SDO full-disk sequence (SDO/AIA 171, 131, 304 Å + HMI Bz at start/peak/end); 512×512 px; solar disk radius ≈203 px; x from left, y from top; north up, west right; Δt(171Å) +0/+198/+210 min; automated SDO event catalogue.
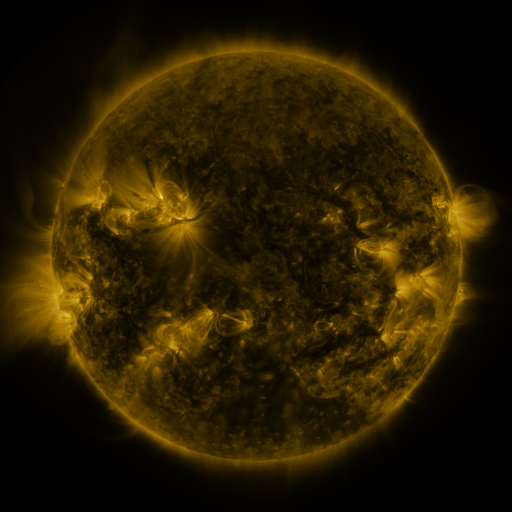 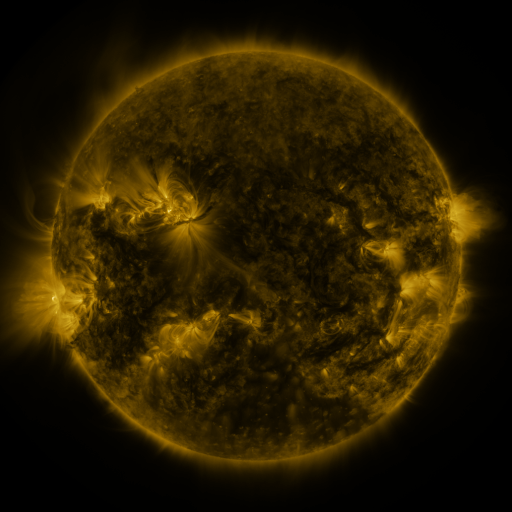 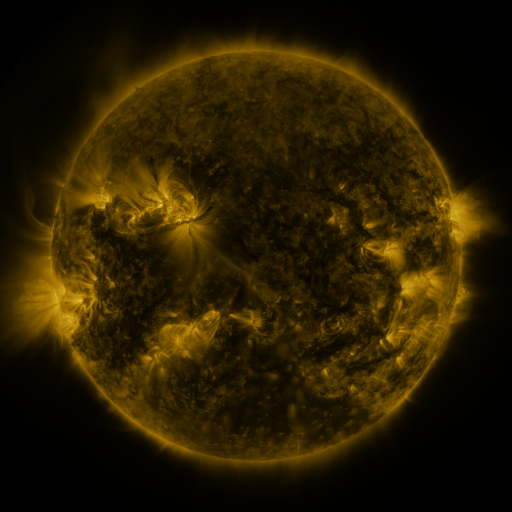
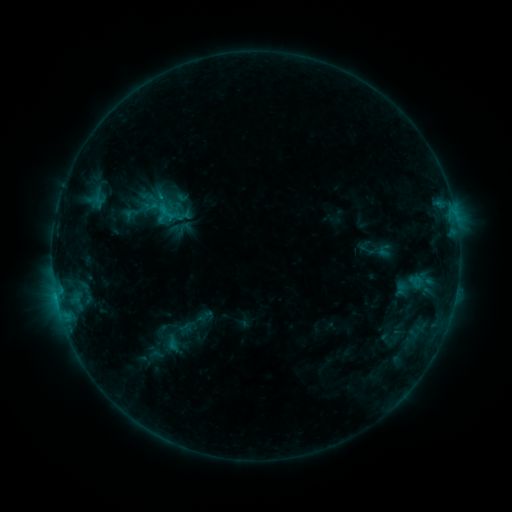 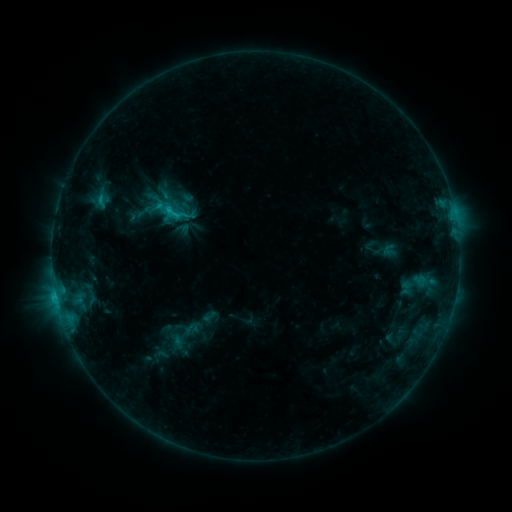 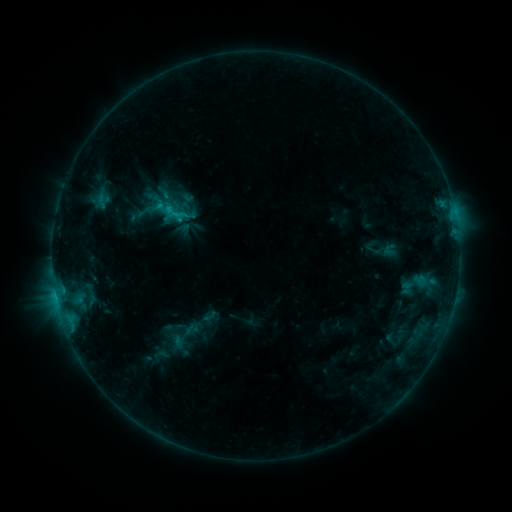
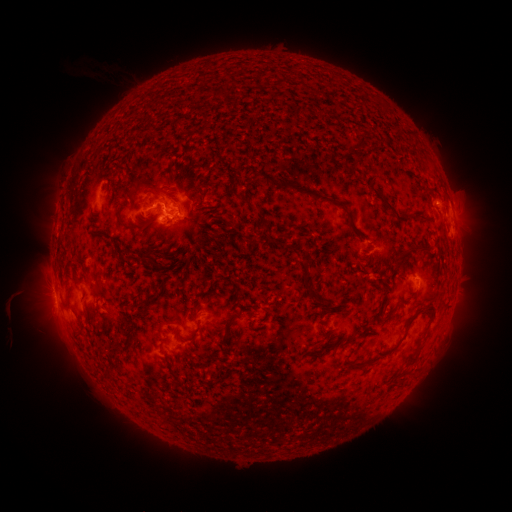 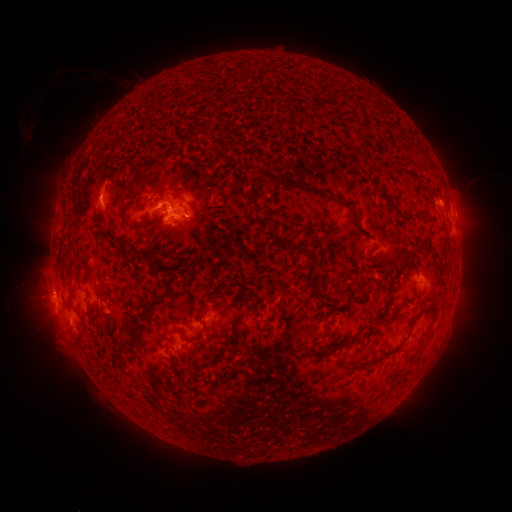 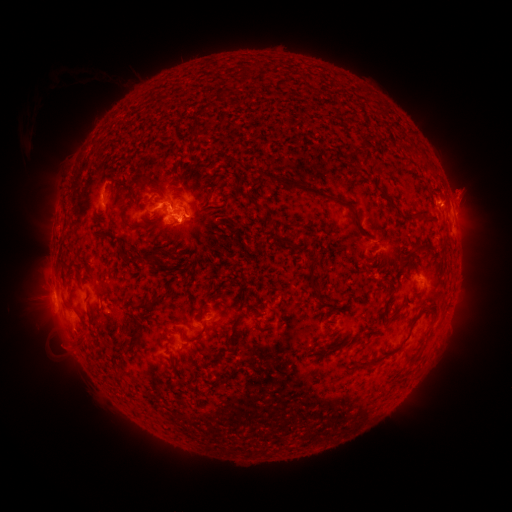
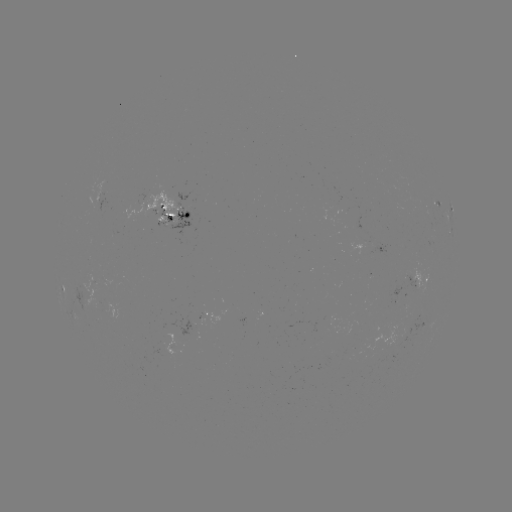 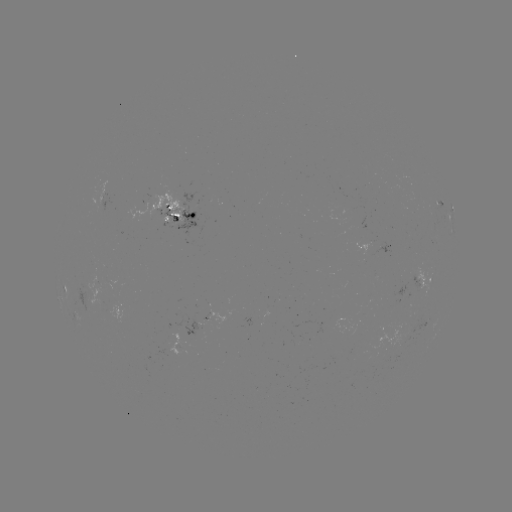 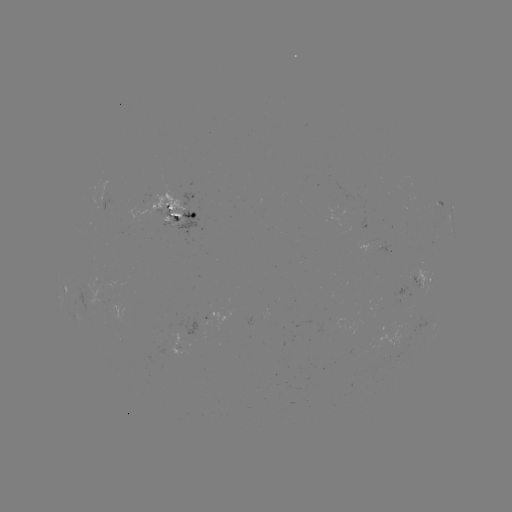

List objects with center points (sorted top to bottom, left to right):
emerging-flux region: (172, 220)
